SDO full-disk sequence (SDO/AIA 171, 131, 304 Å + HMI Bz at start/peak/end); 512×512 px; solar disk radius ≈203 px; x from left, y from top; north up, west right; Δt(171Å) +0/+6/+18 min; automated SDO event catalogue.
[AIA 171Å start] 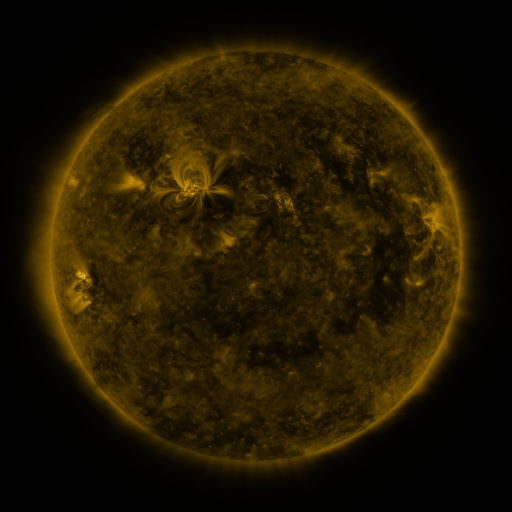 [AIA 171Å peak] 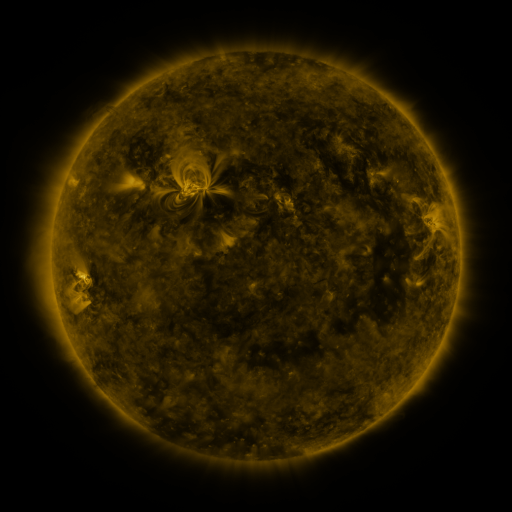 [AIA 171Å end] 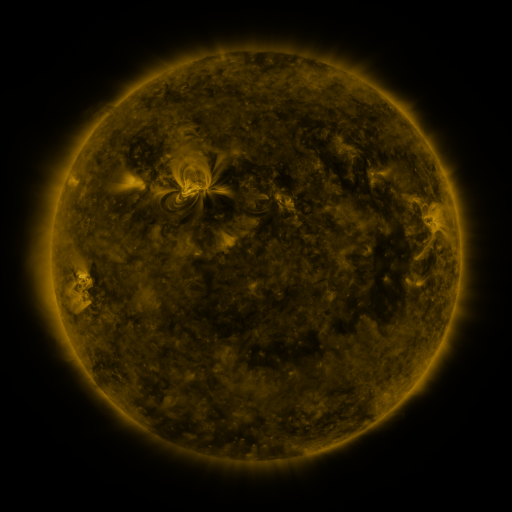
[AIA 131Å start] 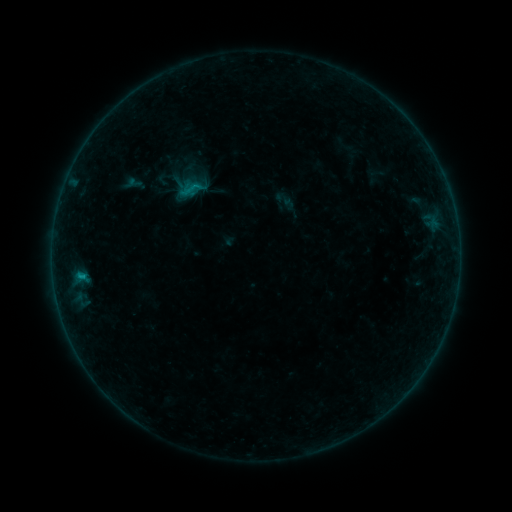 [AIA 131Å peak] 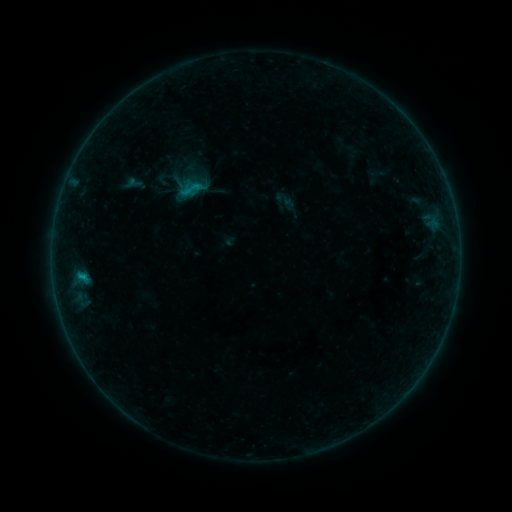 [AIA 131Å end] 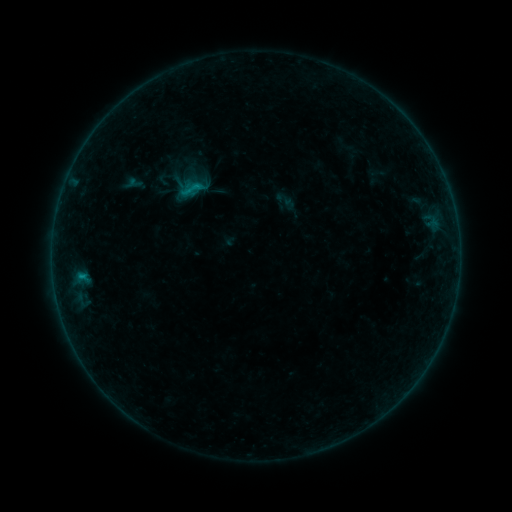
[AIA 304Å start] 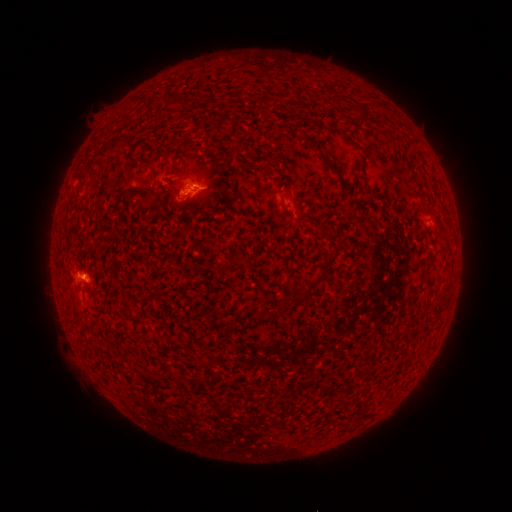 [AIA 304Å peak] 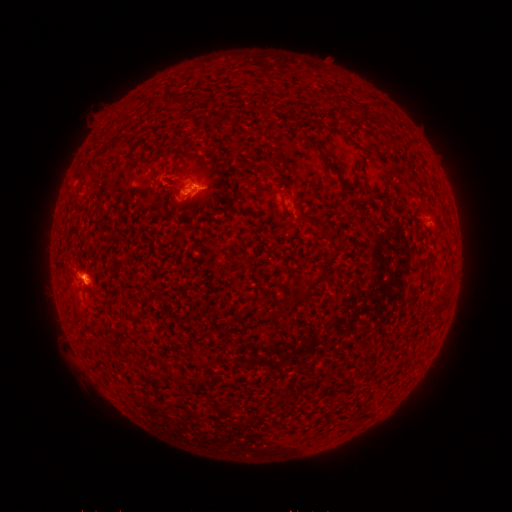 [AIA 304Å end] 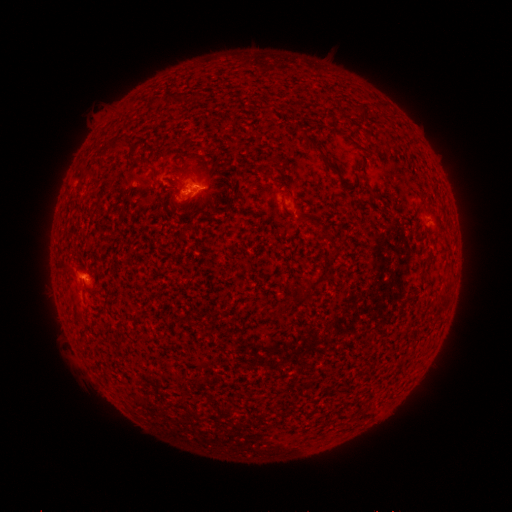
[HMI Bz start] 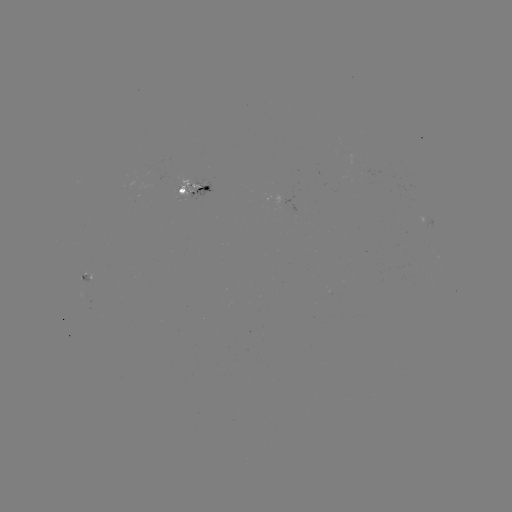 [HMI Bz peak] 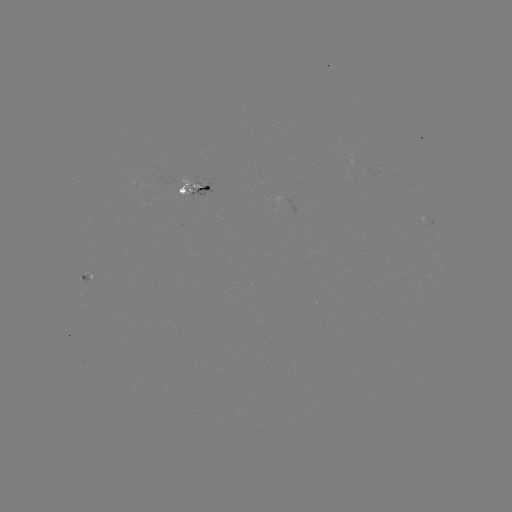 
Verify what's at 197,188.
B6.8 flare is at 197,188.